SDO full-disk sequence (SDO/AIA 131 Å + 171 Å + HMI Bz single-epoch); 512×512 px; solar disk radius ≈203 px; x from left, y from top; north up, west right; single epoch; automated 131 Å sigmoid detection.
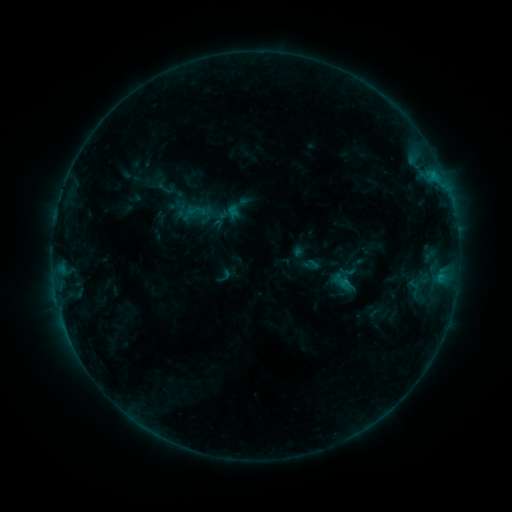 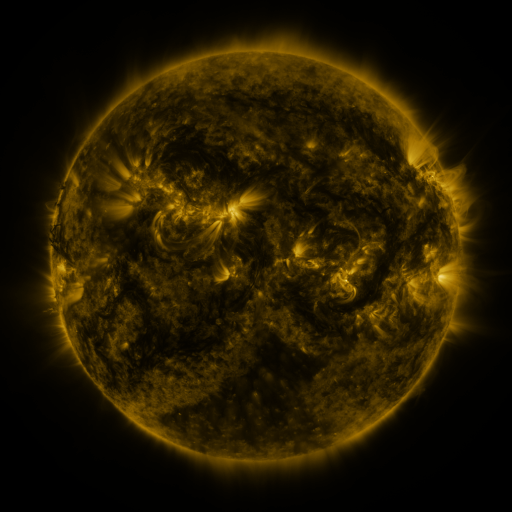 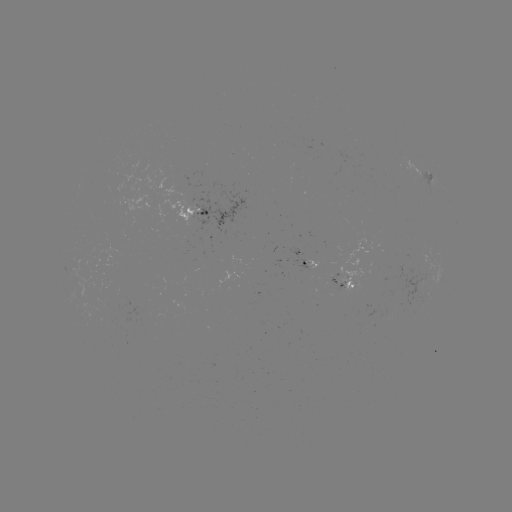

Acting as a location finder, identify sigmoid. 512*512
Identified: (196, 211).